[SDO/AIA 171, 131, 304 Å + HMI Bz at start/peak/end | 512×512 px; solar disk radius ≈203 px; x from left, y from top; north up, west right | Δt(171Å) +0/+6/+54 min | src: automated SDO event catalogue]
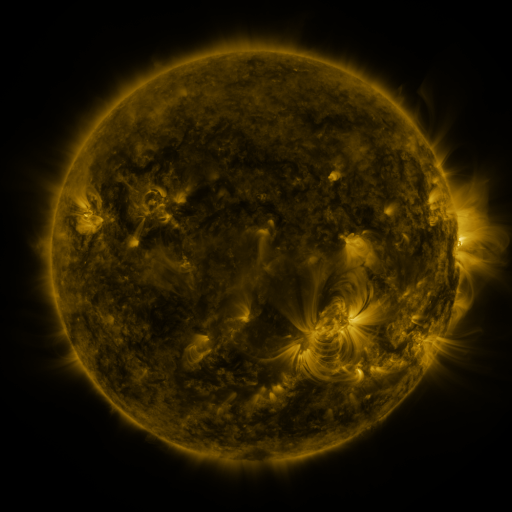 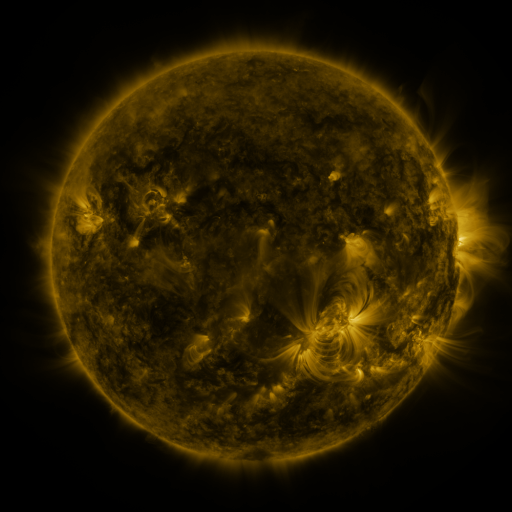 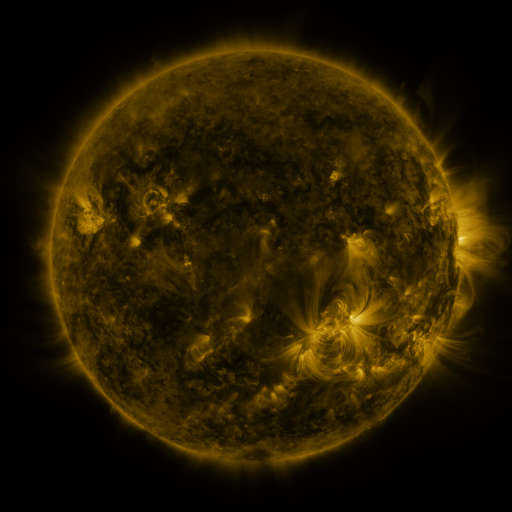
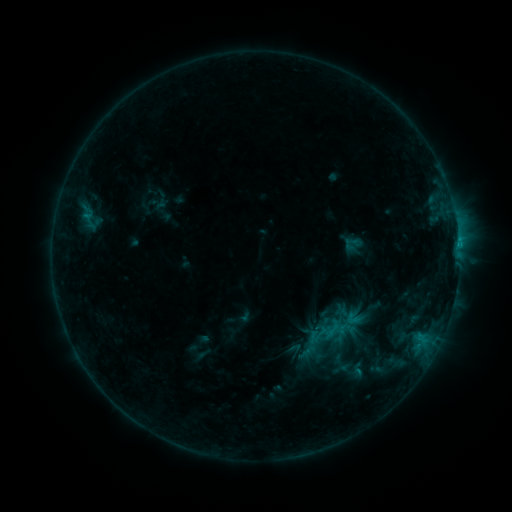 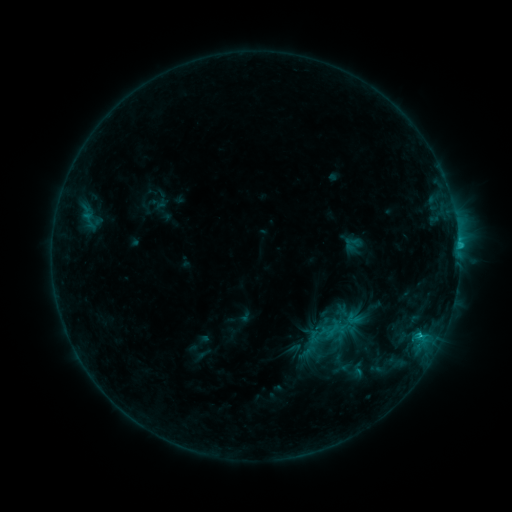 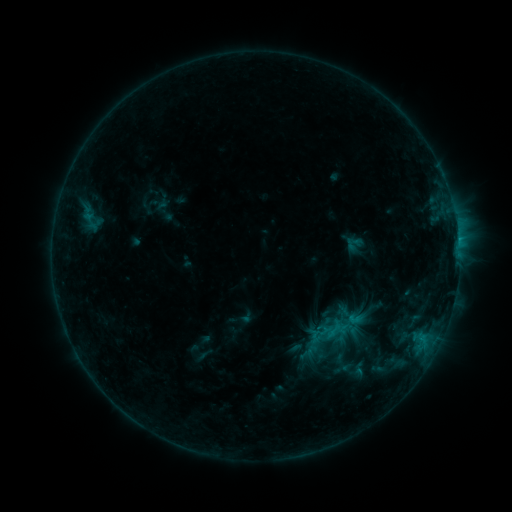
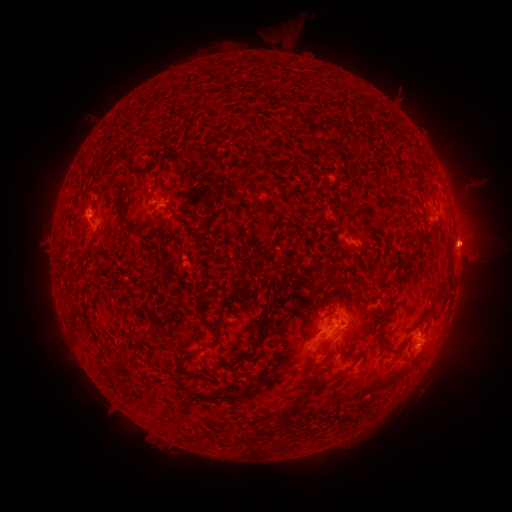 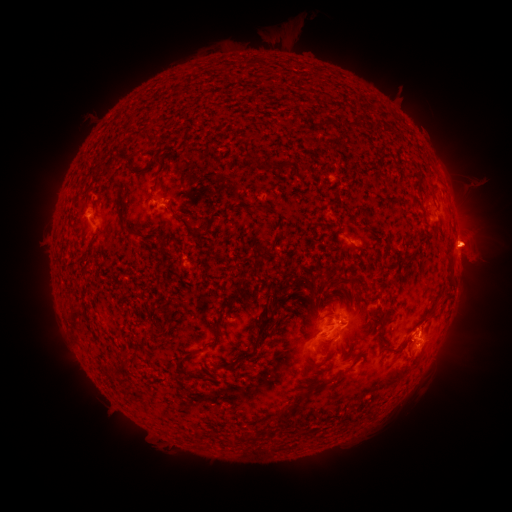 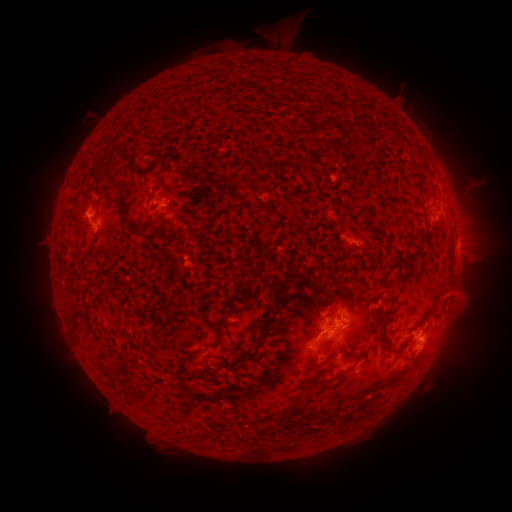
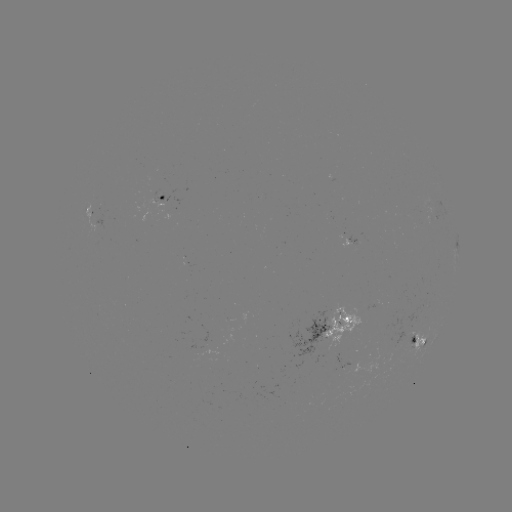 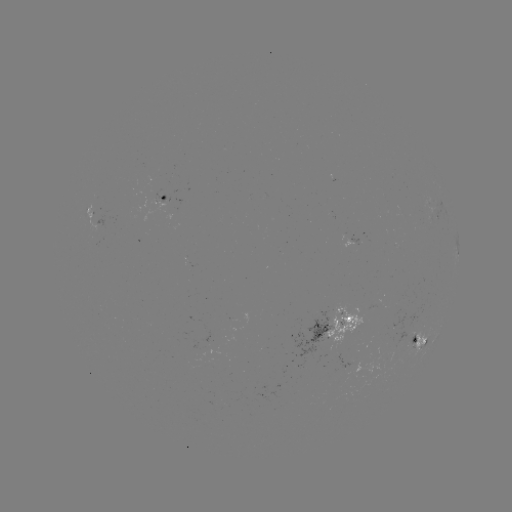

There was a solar flare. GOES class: C1.2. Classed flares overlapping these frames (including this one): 1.